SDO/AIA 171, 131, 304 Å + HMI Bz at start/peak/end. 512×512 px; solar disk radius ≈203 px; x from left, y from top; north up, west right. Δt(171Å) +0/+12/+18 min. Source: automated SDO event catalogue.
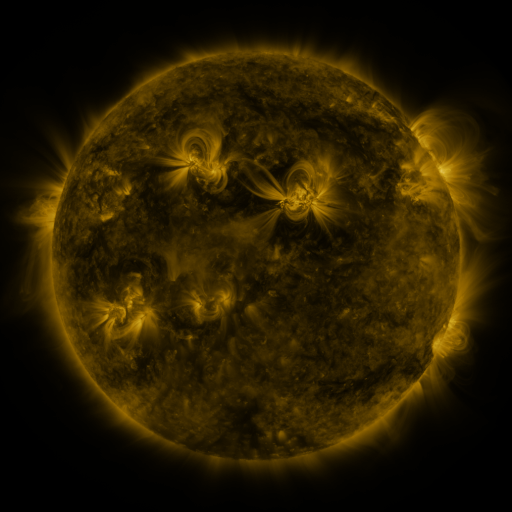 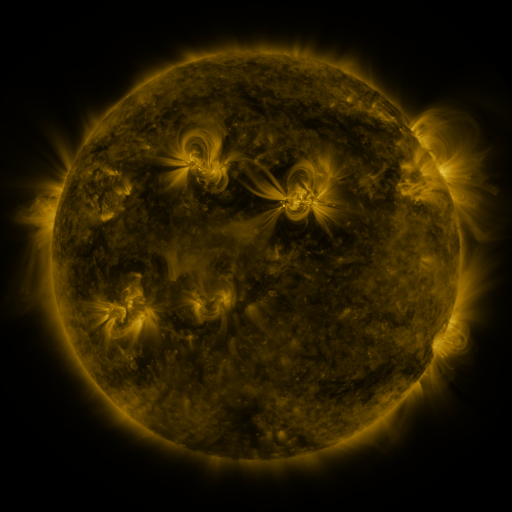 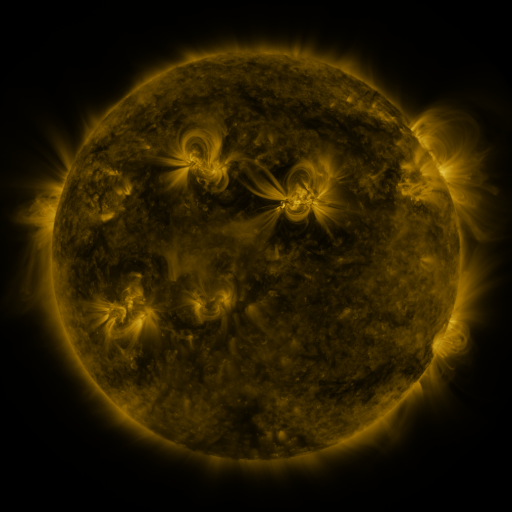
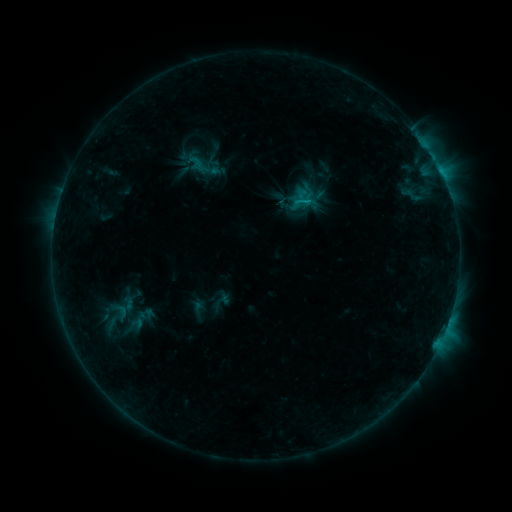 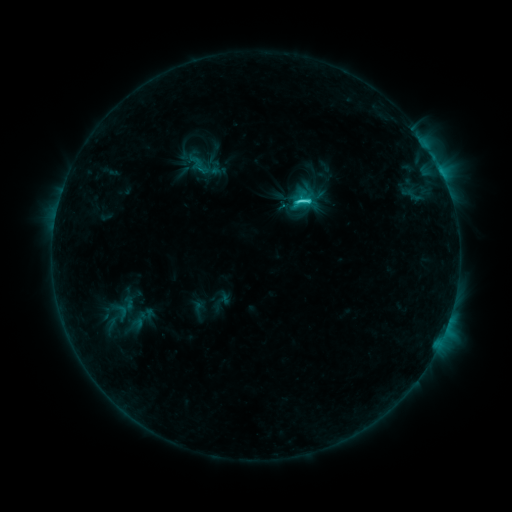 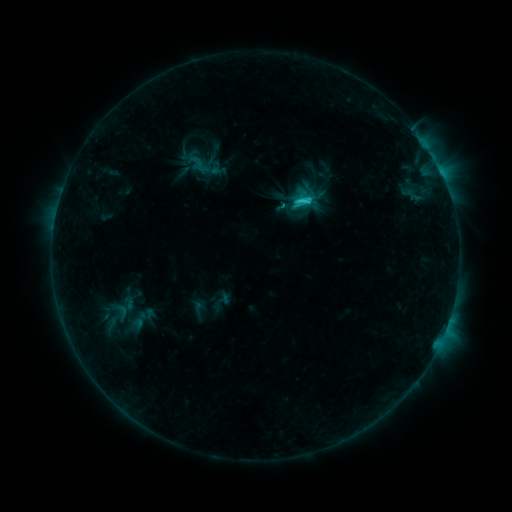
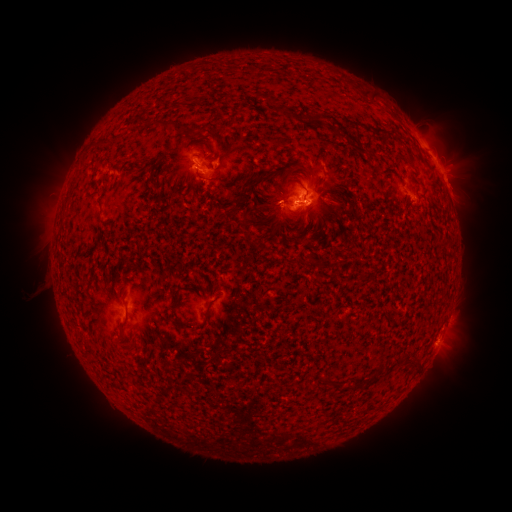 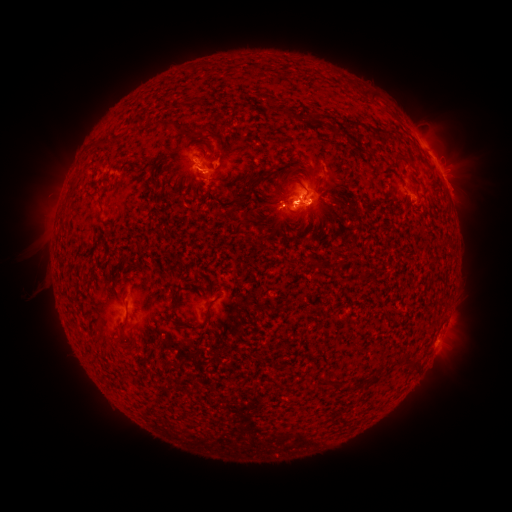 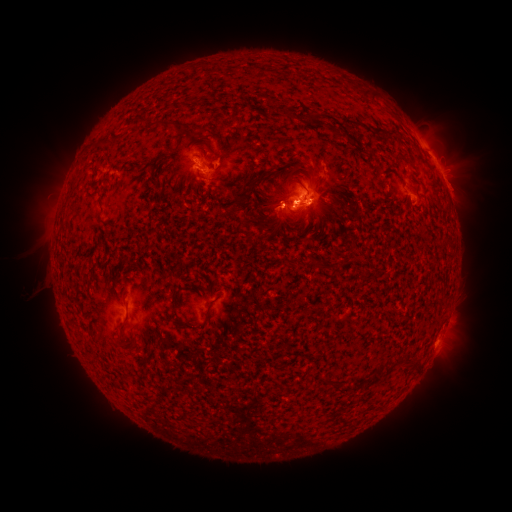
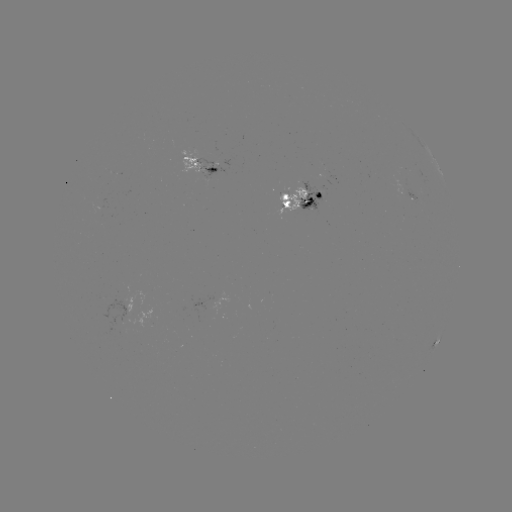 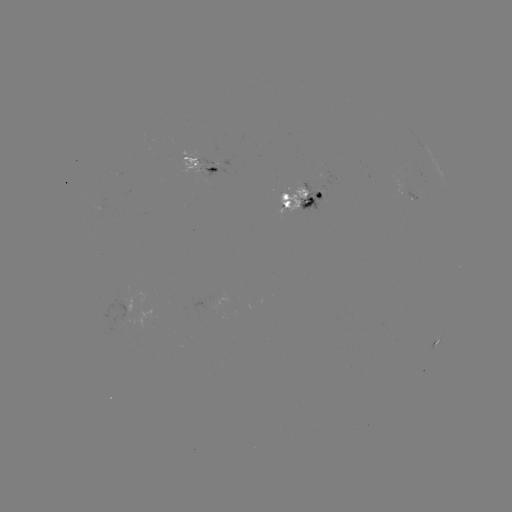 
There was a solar flare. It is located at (298, 202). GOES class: C2.9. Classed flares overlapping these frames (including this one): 1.